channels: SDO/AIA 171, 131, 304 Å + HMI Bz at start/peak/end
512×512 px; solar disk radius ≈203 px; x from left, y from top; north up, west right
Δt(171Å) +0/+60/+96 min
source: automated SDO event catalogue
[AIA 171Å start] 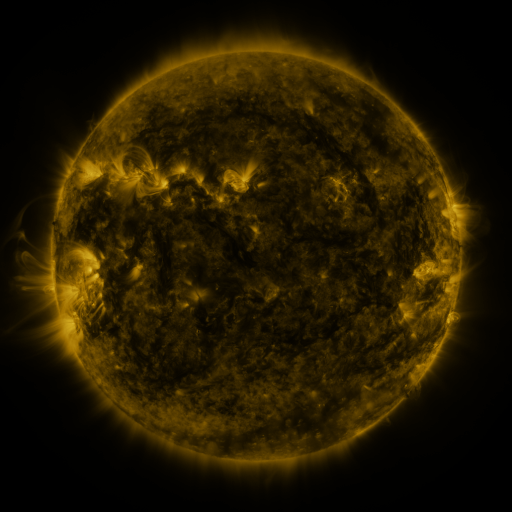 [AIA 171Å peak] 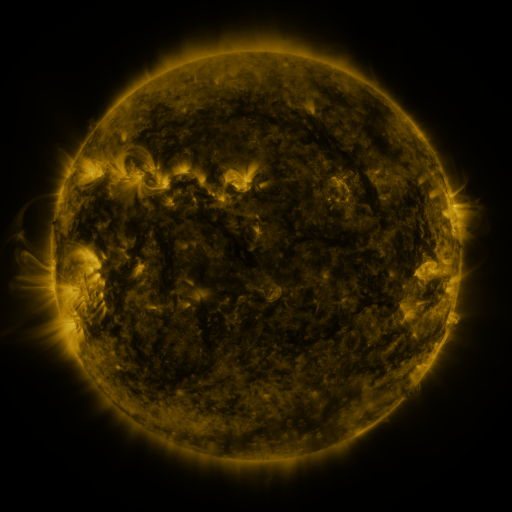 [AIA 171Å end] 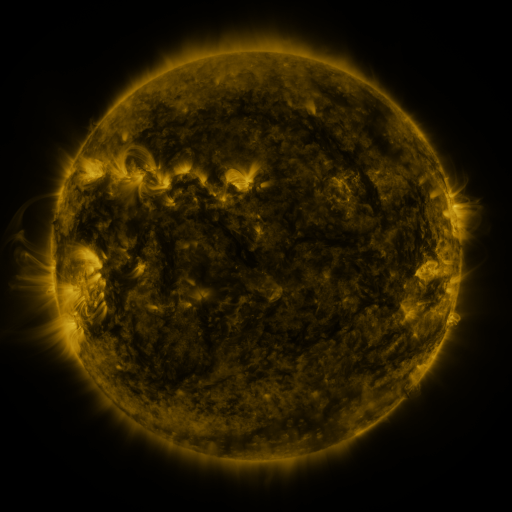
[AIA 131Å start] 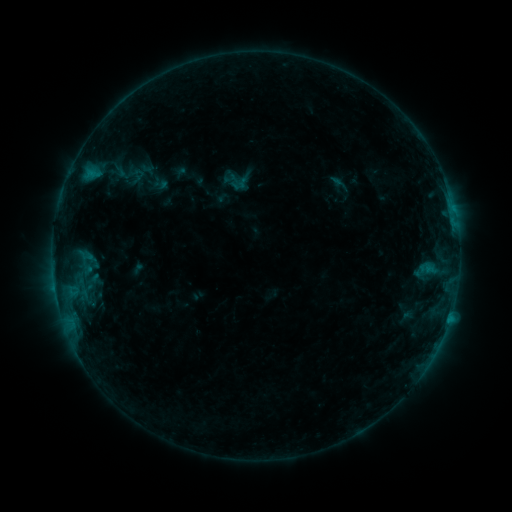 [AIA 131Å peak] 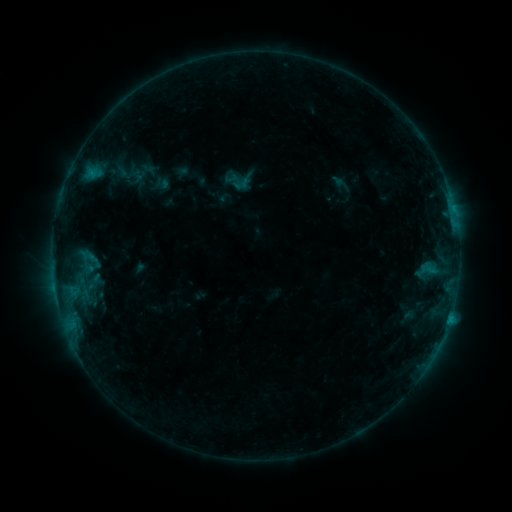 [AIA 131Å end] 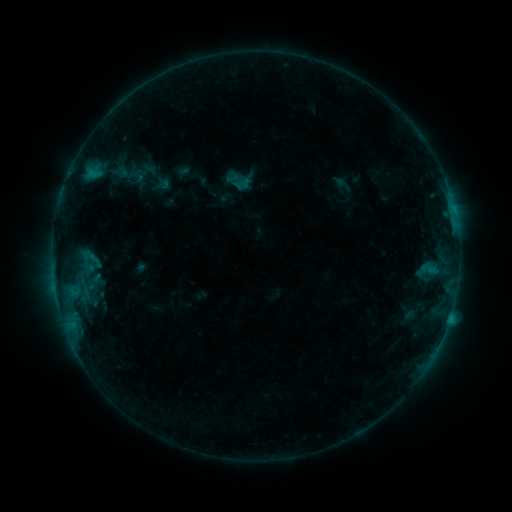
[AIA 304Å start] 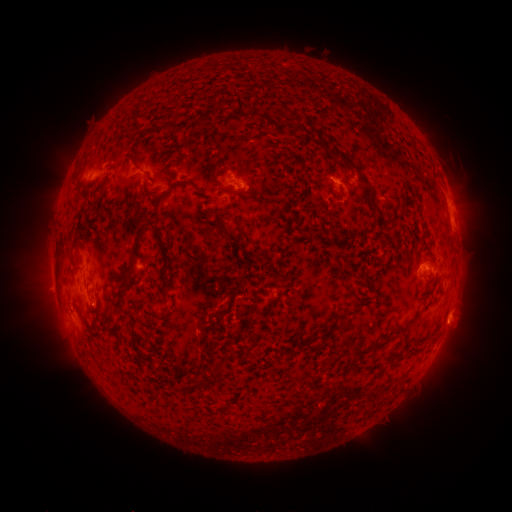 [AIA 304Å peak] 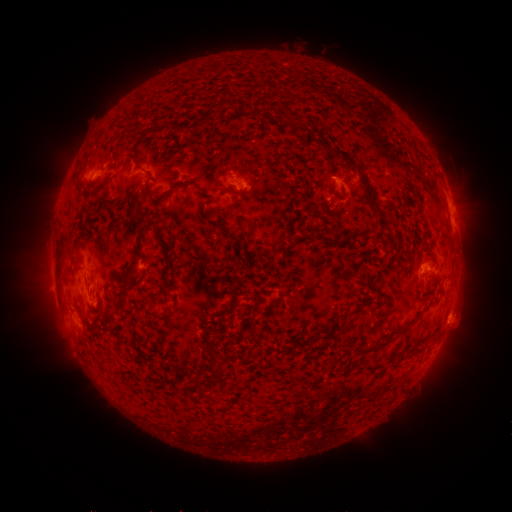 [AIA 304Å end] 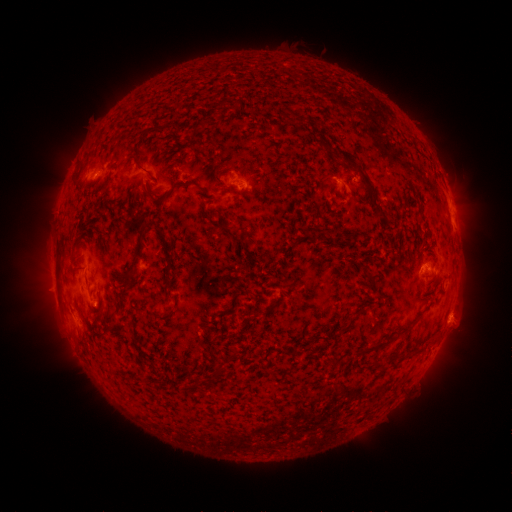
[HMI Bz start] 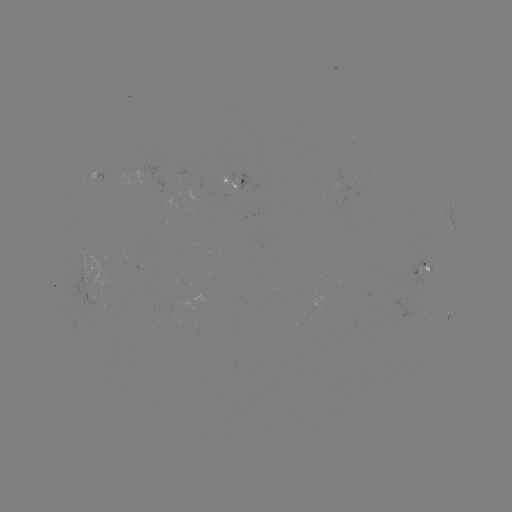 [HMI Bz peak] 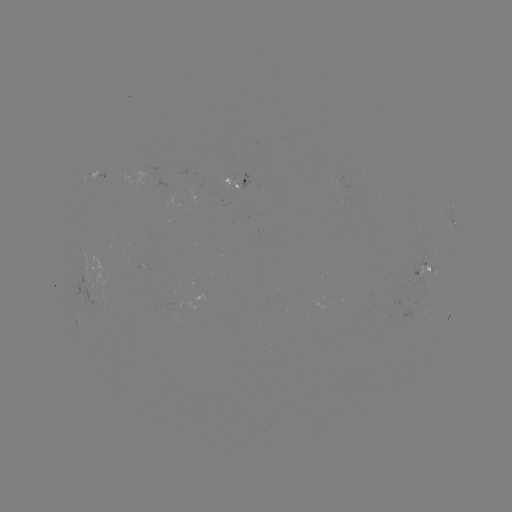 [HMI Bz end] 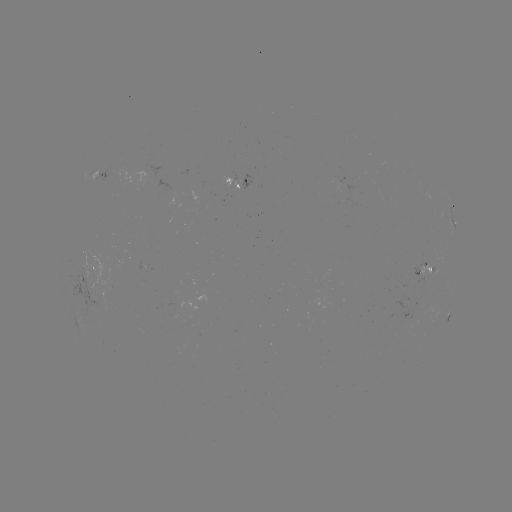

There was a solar emerging-flux region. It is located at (235, 181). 